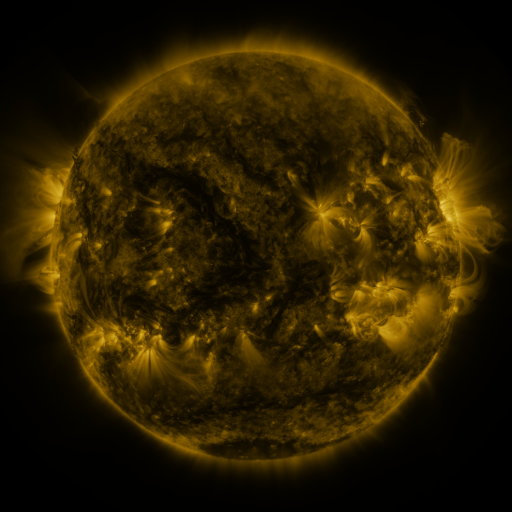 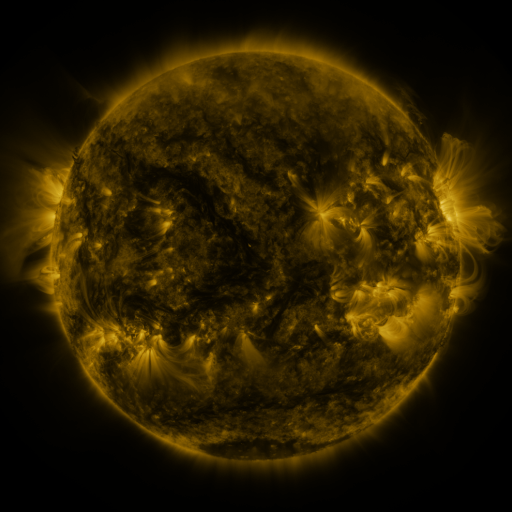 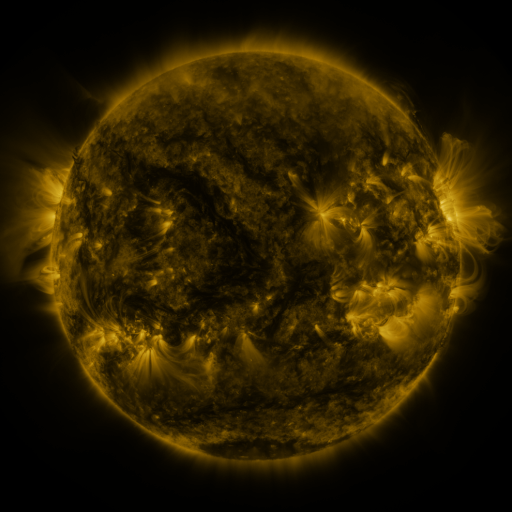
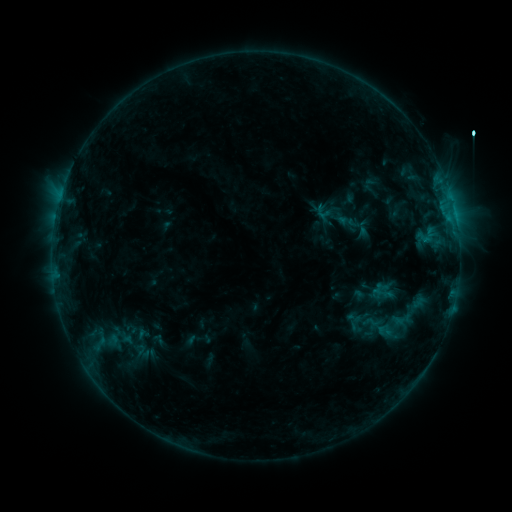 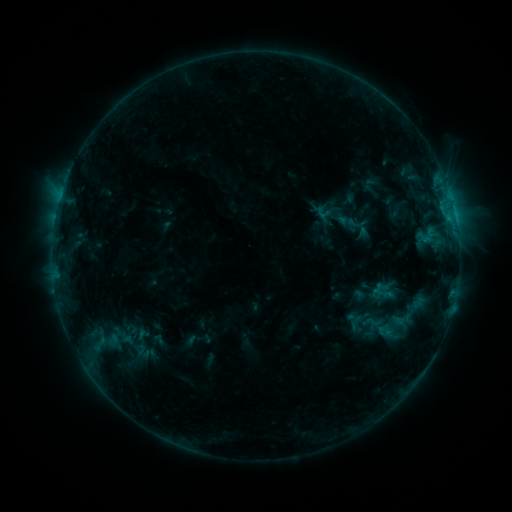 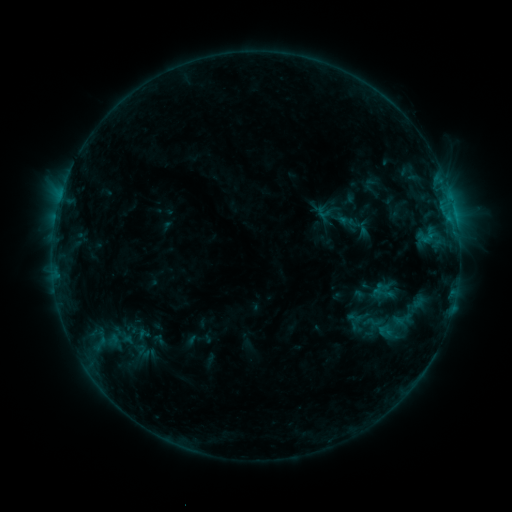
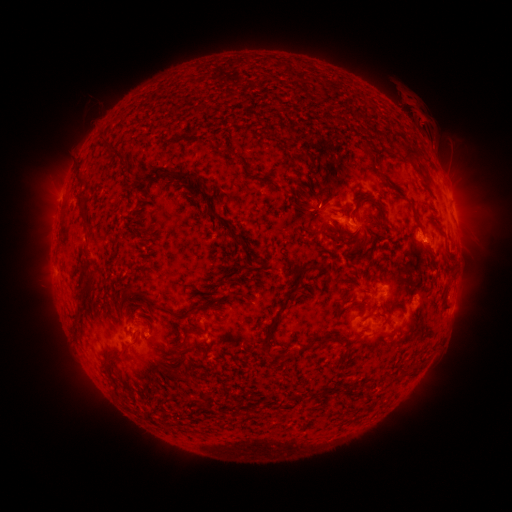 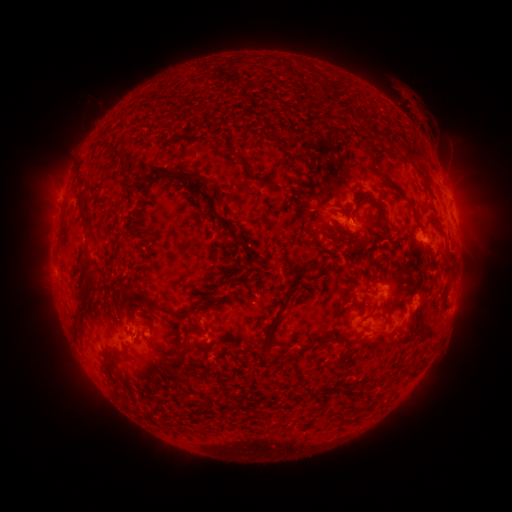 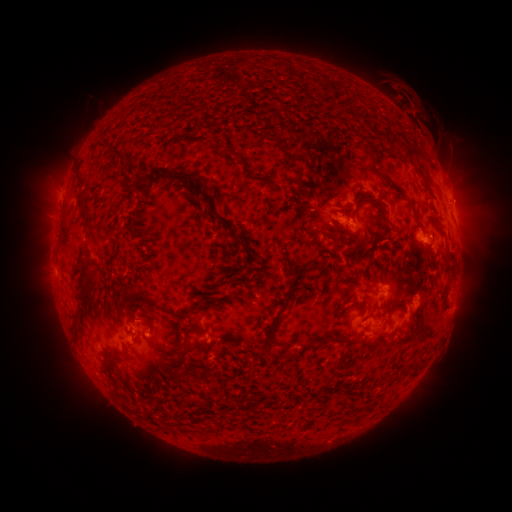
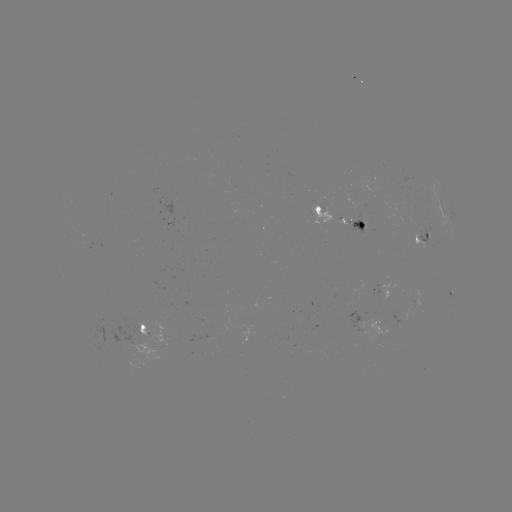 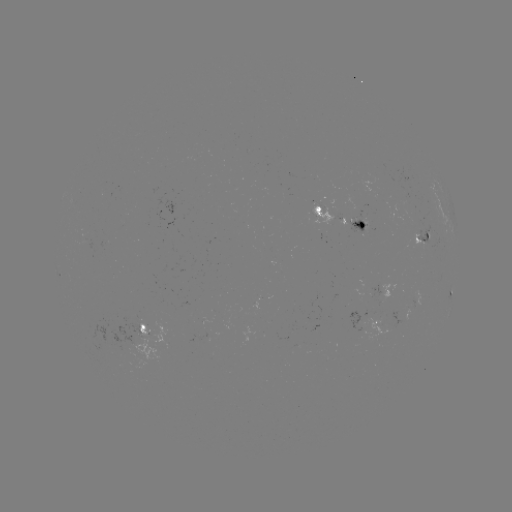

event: eruption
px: (406, 107)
